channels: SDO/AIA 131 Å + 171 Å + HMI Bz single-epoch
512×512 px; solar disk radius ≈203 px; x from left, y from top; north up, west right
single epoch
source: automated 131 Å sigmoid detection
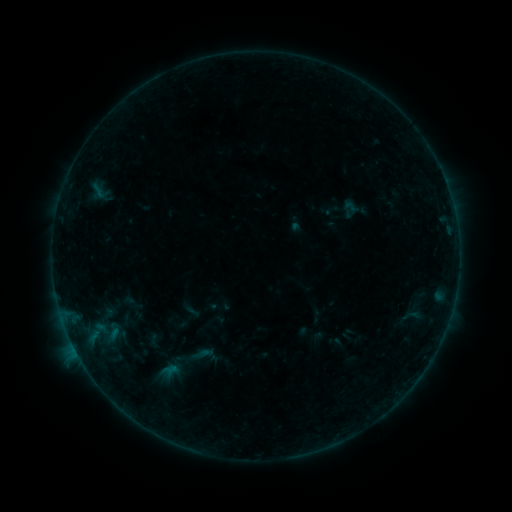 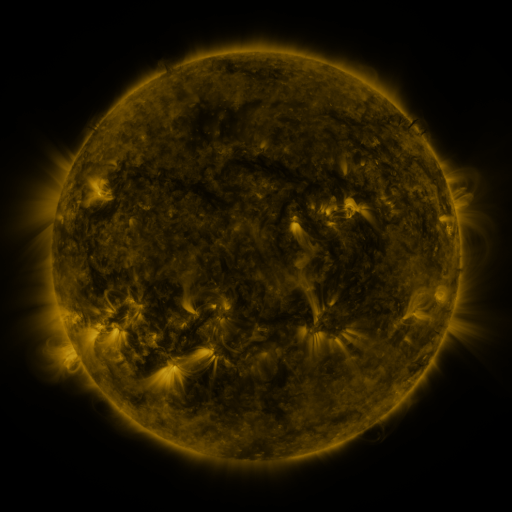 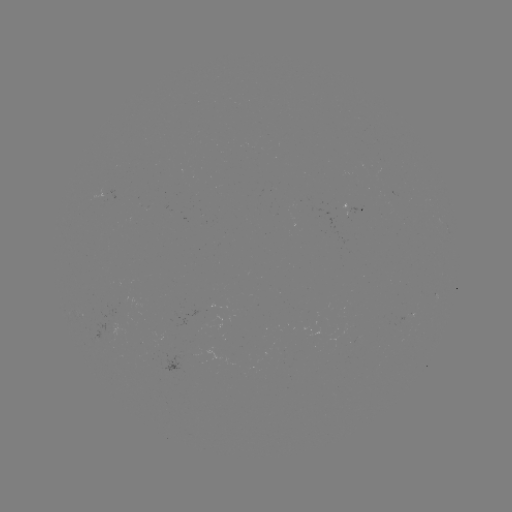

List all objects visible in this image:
sigmoid: [321, 190, 367, 228]
sigmoid: [182, 340, 221, 370]
